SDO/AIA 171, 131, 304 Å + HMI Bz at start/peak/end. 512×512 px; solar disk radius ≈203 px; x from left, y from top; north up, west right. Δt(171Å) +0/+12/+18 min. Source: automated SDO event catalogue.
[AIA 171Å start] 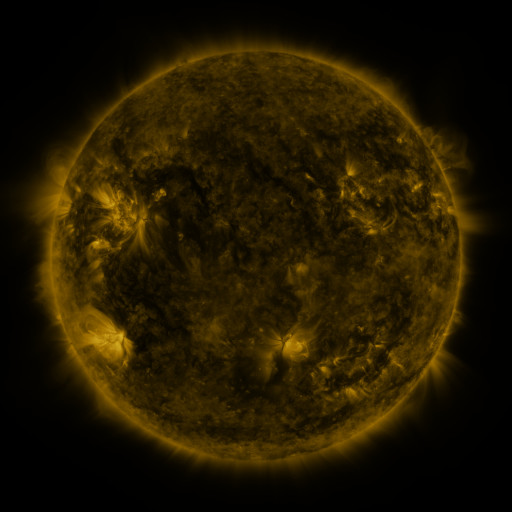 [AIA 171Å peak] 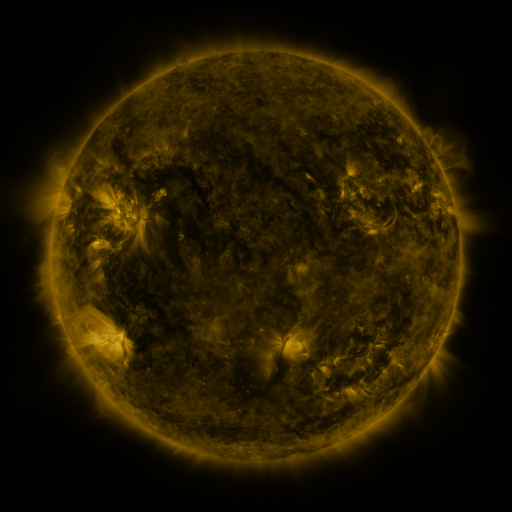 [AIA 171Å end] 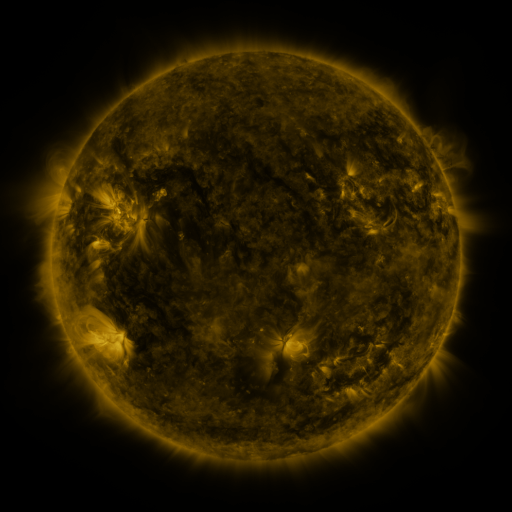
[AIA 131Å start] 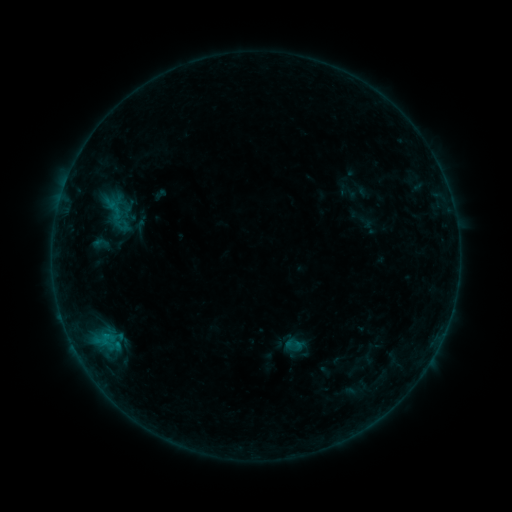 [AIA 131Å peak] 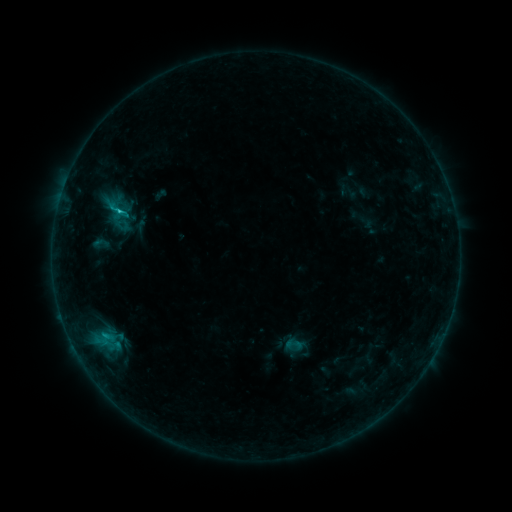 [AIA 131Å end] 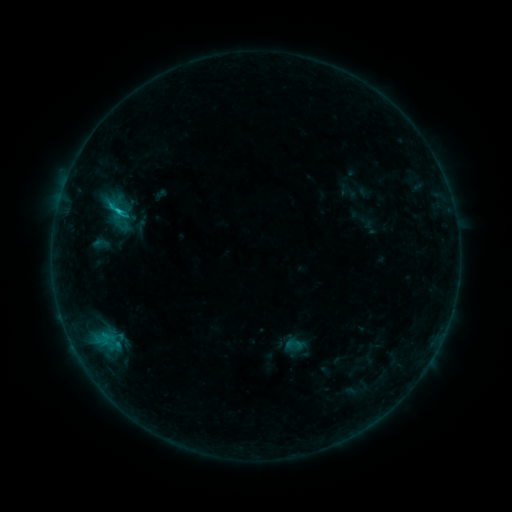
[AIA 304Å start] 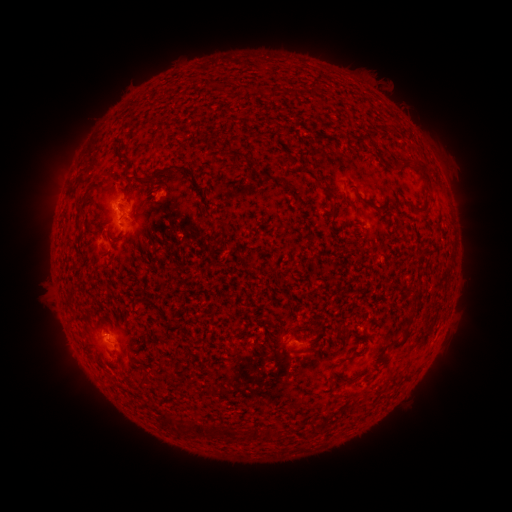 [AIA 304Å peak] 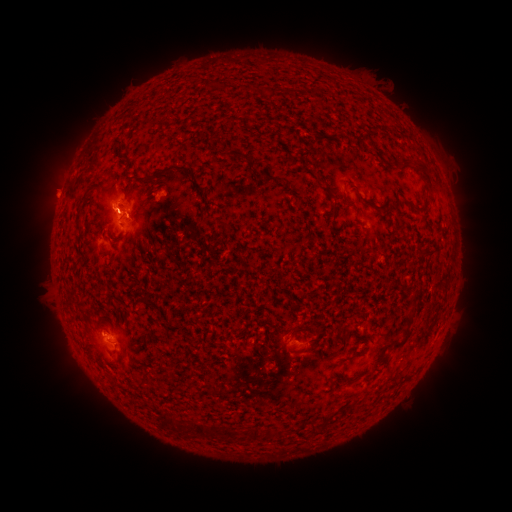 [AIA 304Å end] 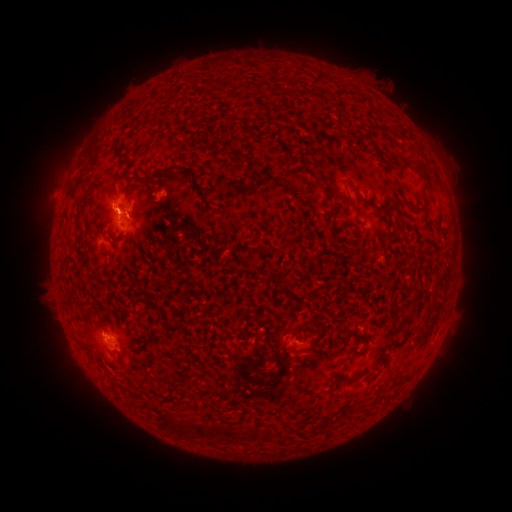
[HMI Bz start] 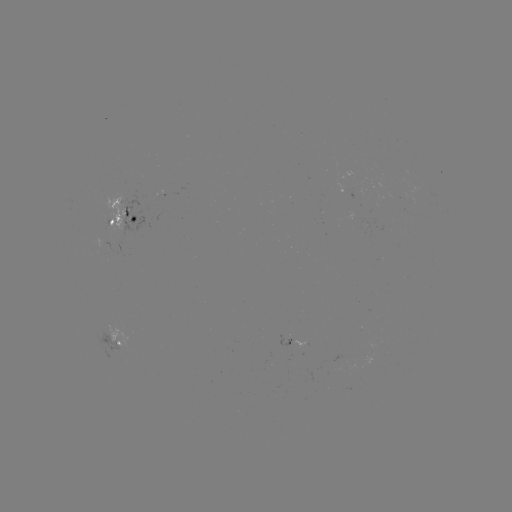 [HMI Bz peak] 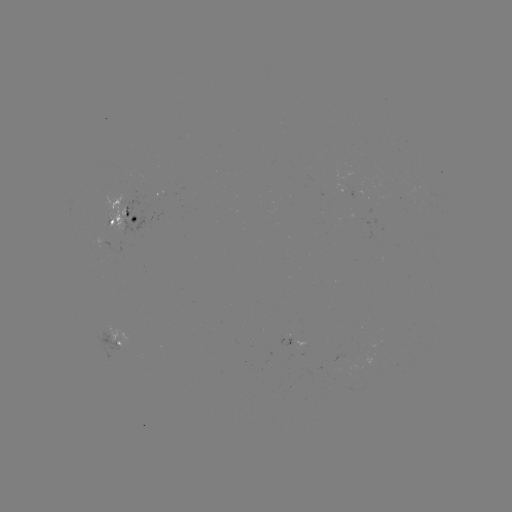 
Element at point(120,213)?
C1.1 flare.